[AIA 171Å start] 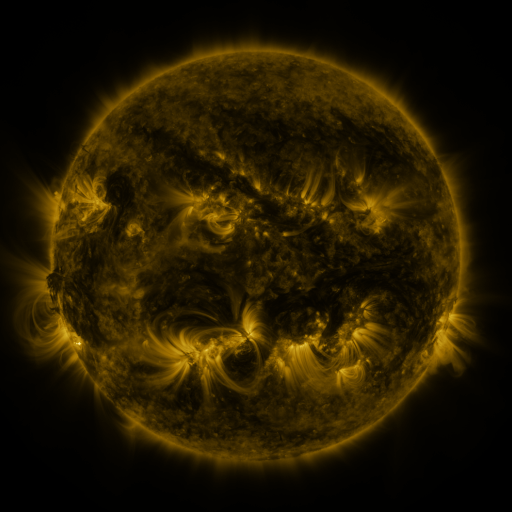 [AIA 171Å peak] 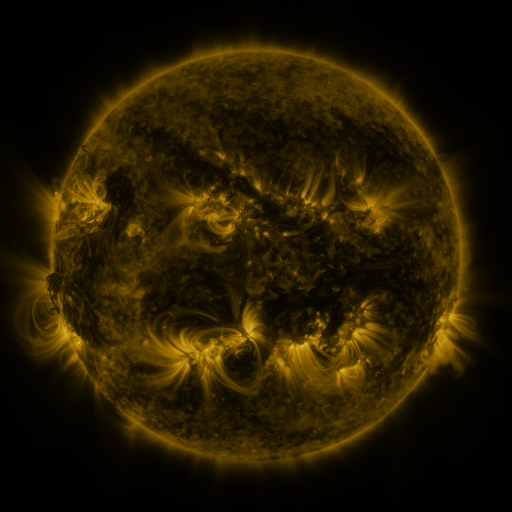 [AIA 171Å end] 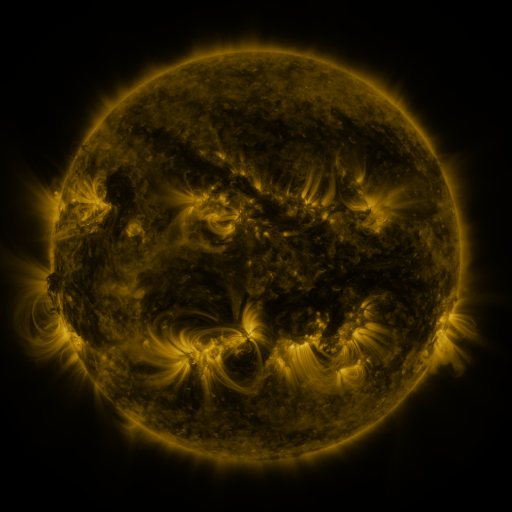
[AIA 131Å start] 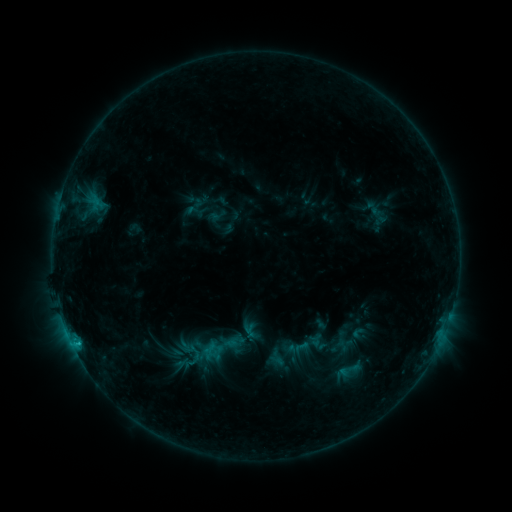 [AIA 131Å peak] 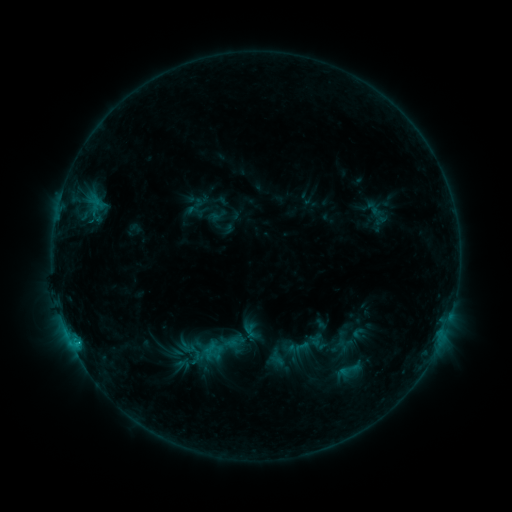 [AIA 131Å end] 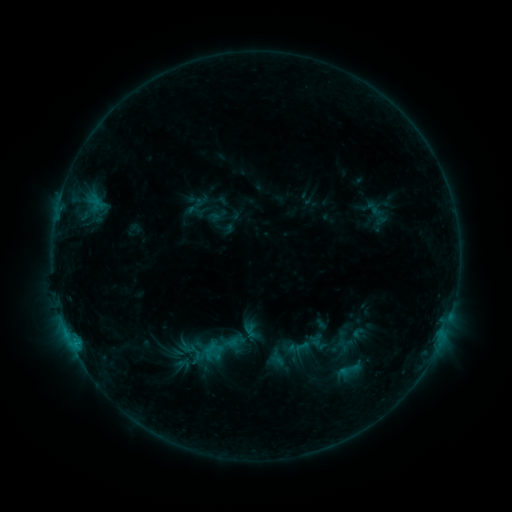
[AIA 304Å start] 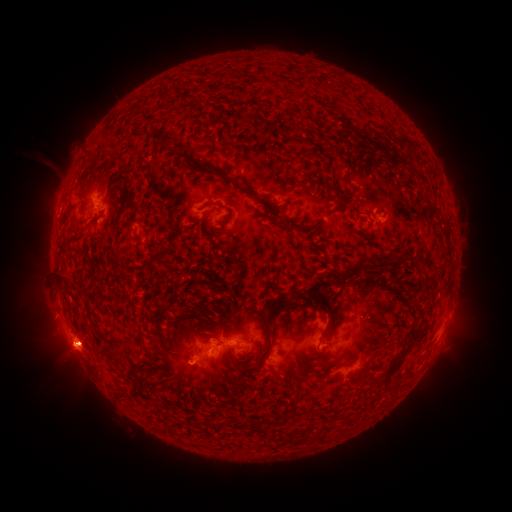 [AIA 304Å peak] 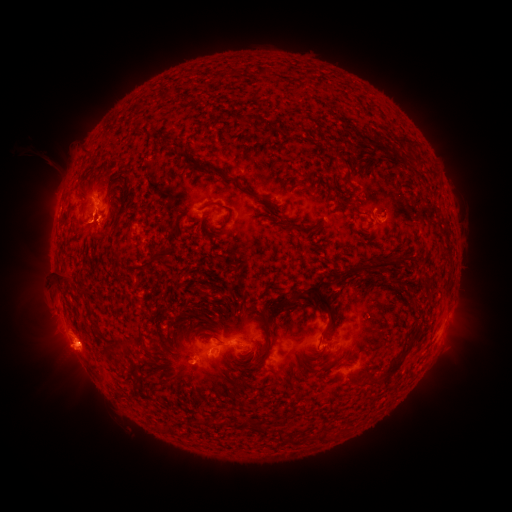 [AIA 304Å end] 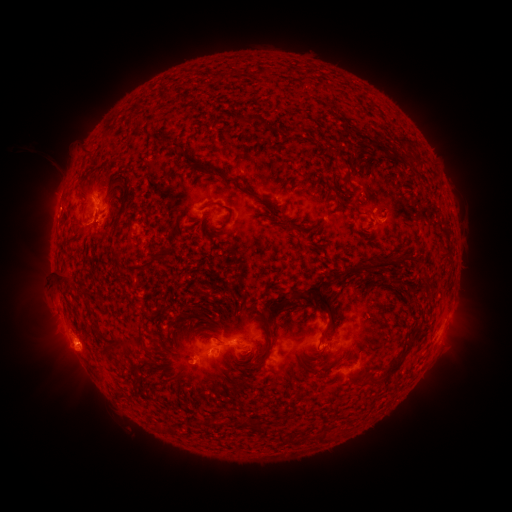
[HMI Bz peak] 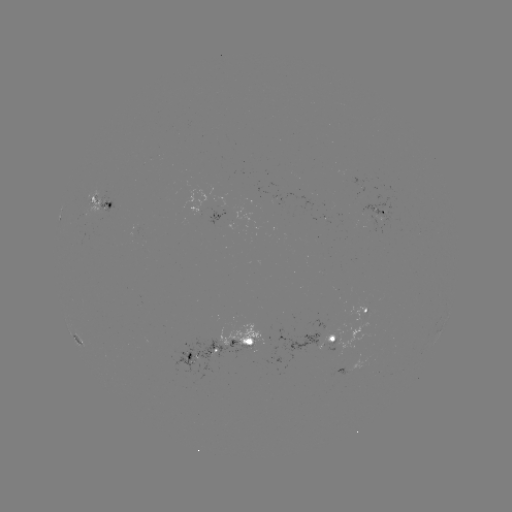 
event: eruption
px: (119, 217)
